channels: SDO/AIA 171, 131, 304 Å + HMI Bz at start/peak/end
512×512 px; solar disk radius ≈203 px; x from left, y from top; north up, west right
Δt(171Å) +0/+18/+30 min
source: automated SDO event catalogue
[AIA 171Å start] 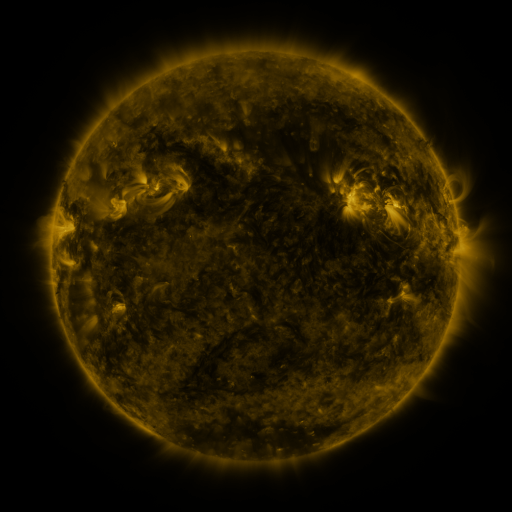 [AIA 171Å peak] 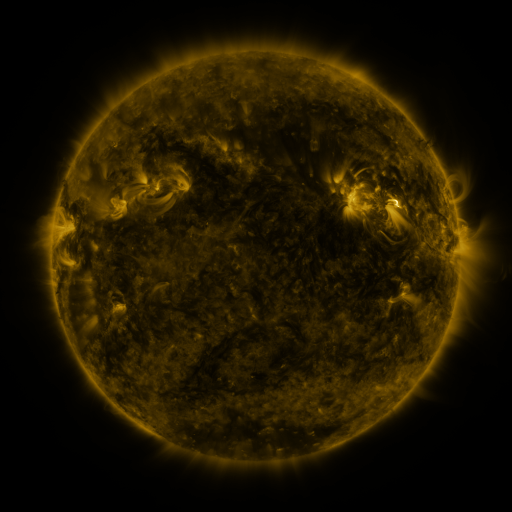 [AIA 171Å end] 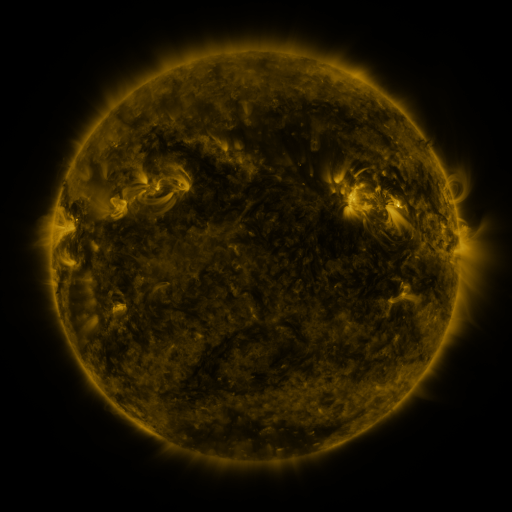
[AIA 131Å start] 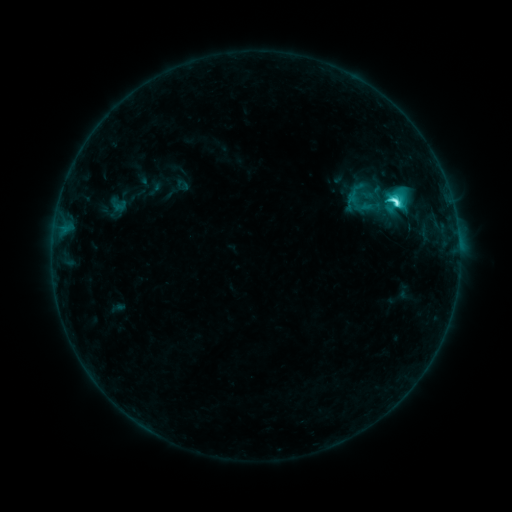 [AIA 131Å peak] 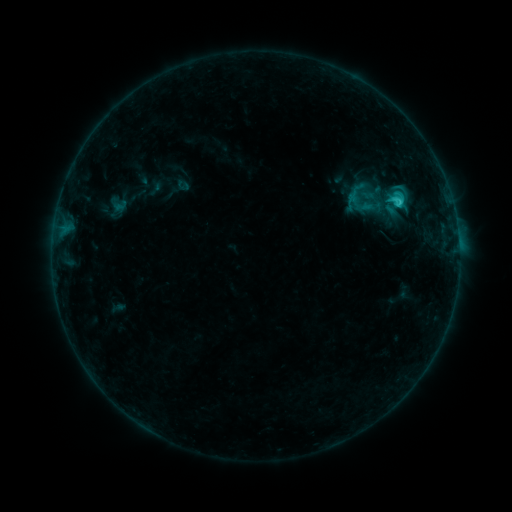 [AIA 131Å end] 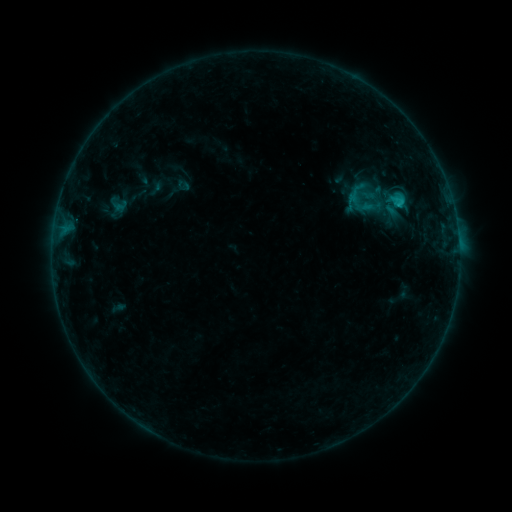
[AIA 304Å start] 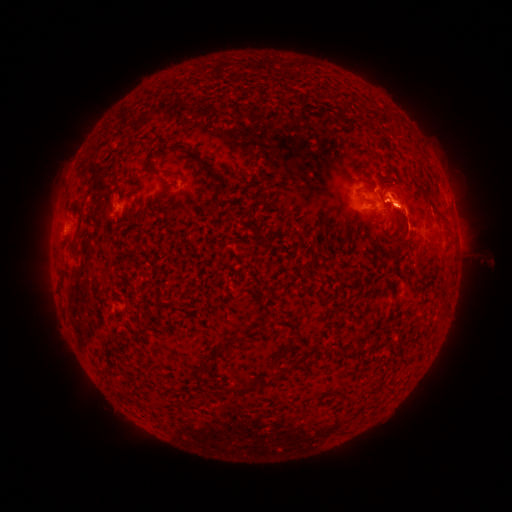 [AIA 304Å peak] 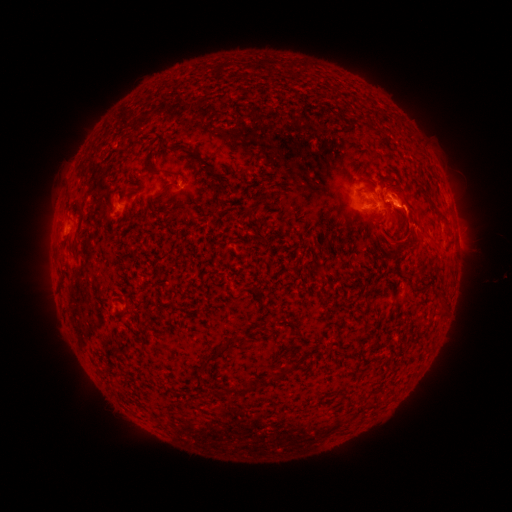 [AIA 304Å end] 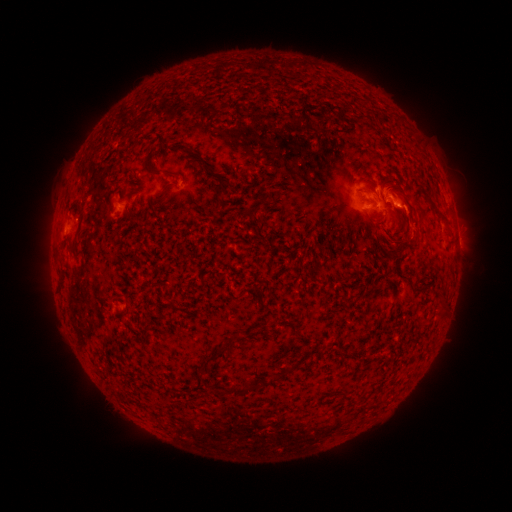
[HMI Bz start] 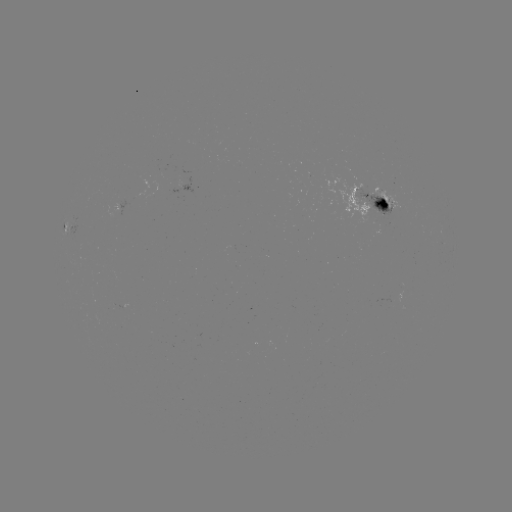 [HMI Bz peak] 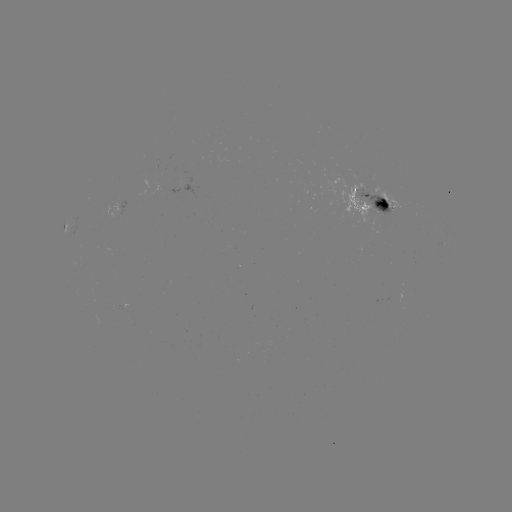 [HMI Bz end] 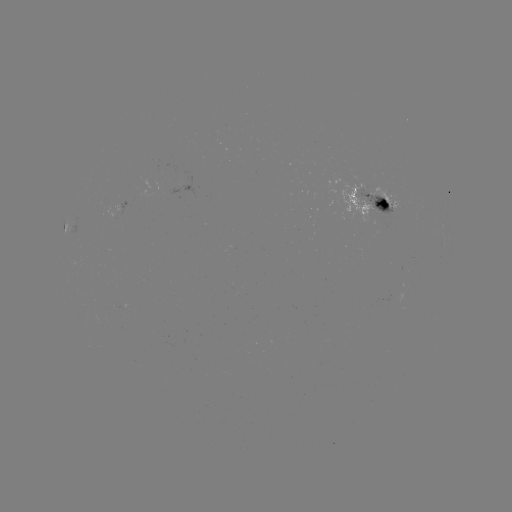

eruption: [388, 200, 461, 262]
